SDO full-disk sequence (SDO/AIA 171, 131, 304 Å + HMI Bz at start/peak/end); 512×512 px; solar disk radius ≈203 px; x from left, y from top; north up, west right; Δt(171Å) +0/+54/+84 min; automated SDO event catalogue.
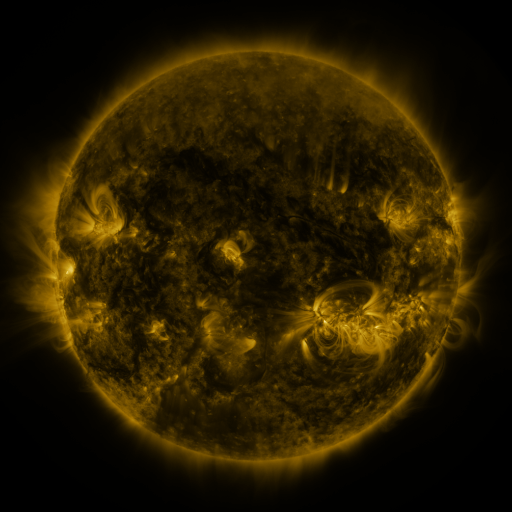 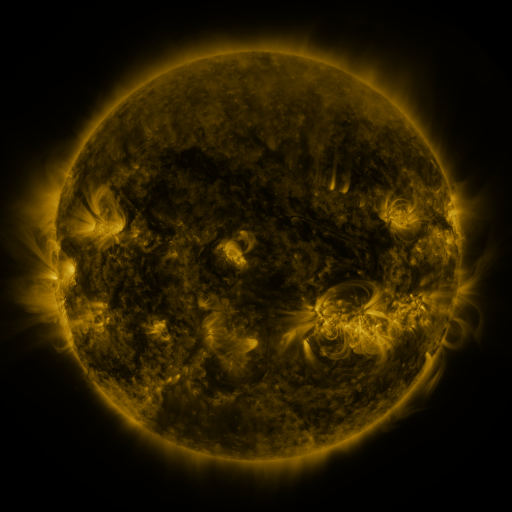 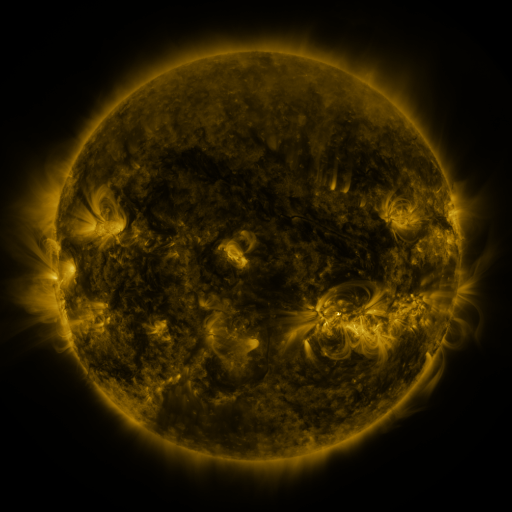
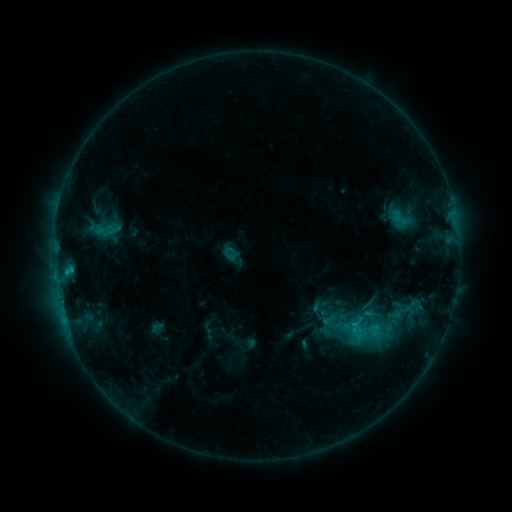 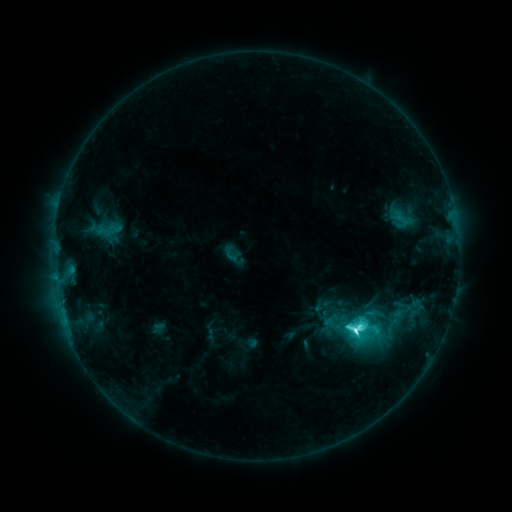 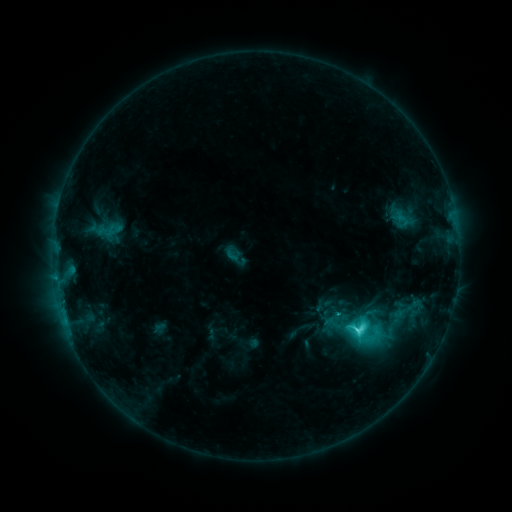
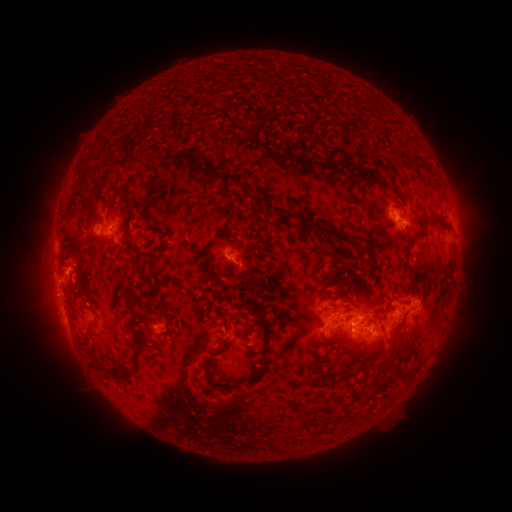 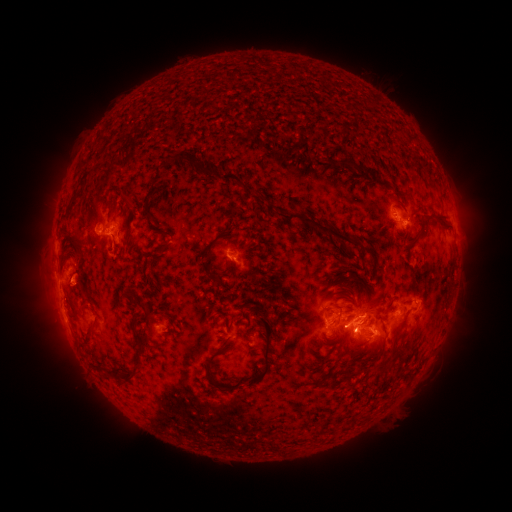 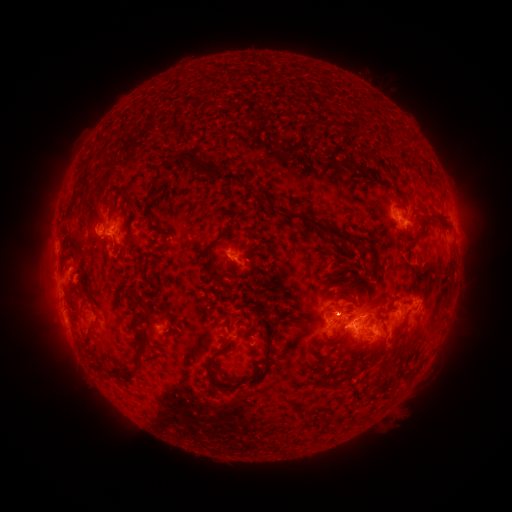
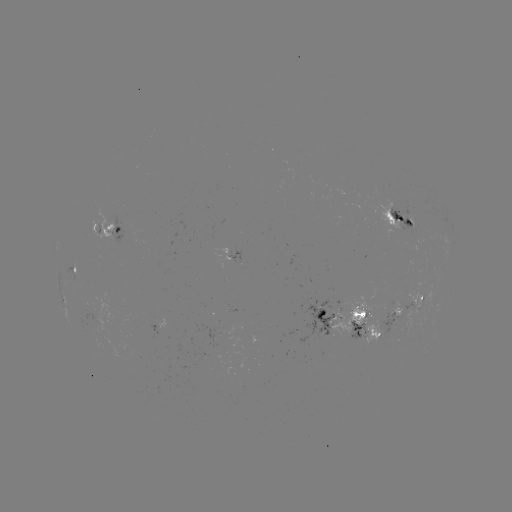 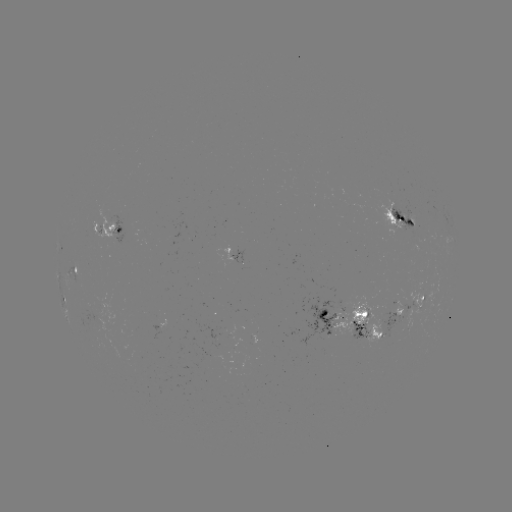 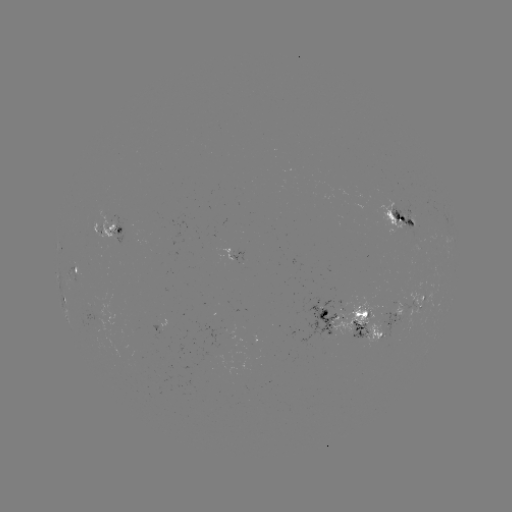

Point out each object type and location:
M1.0 flare: (354, 328)
